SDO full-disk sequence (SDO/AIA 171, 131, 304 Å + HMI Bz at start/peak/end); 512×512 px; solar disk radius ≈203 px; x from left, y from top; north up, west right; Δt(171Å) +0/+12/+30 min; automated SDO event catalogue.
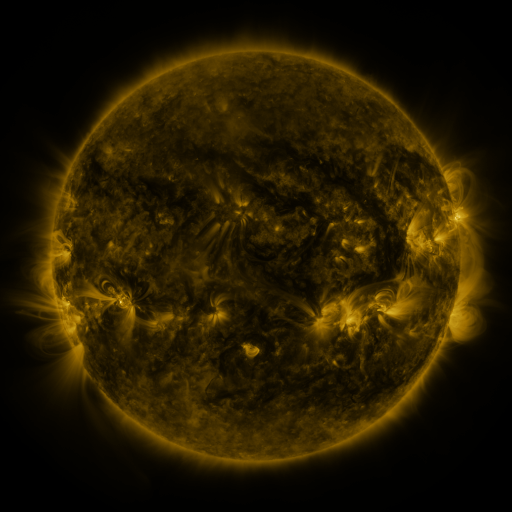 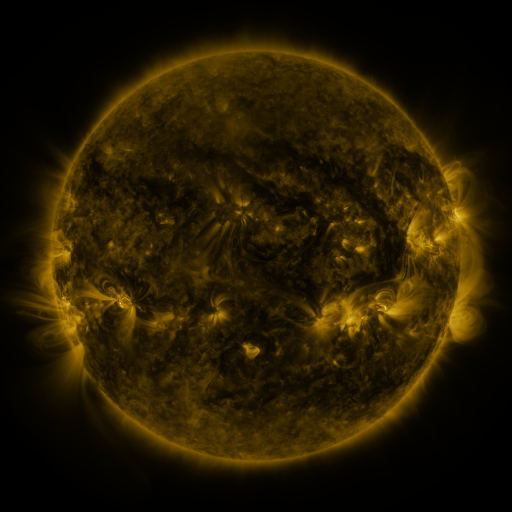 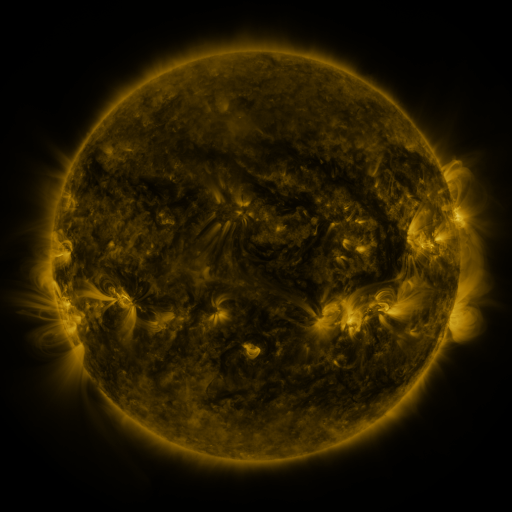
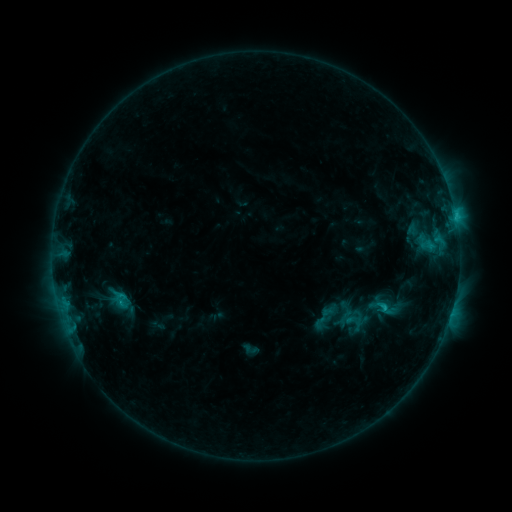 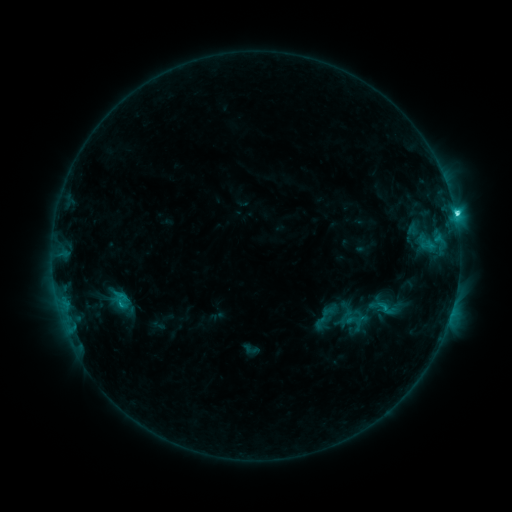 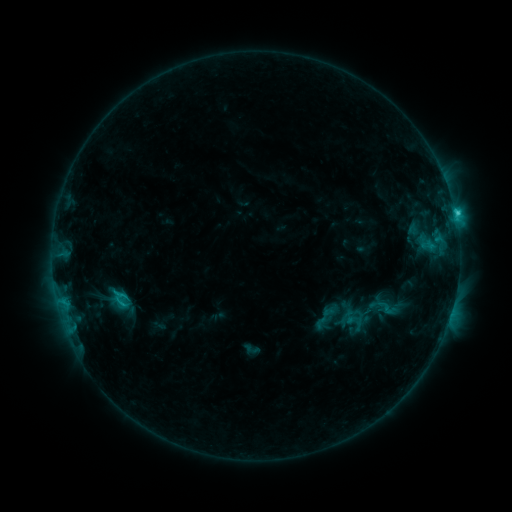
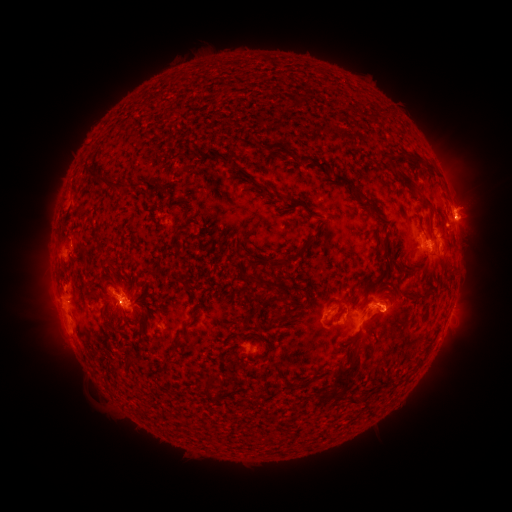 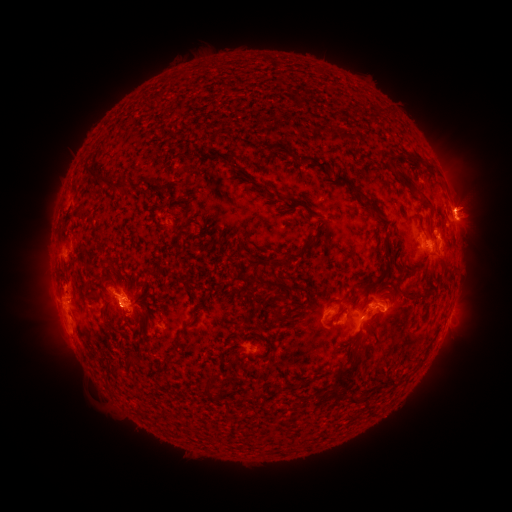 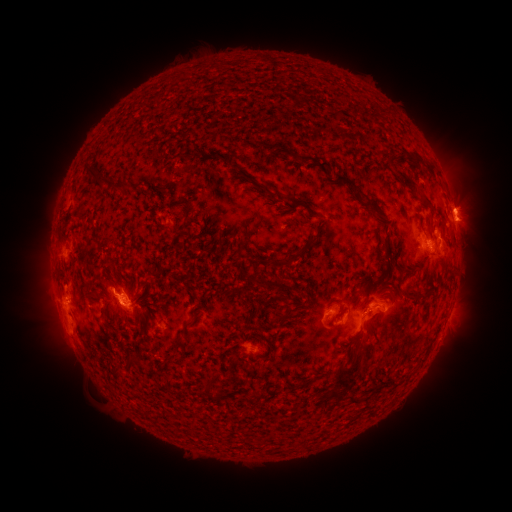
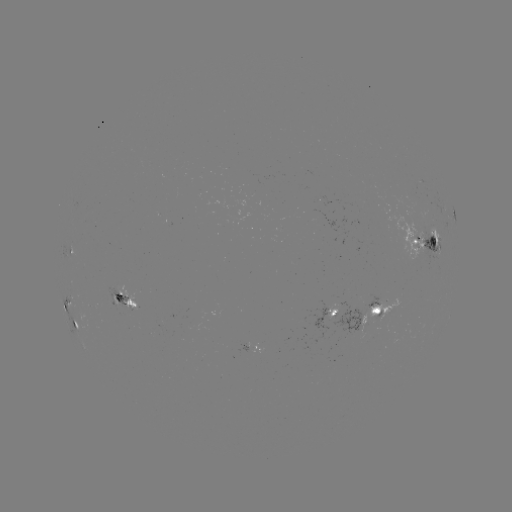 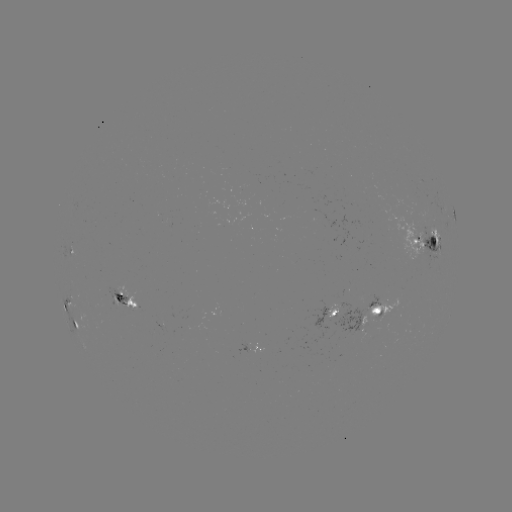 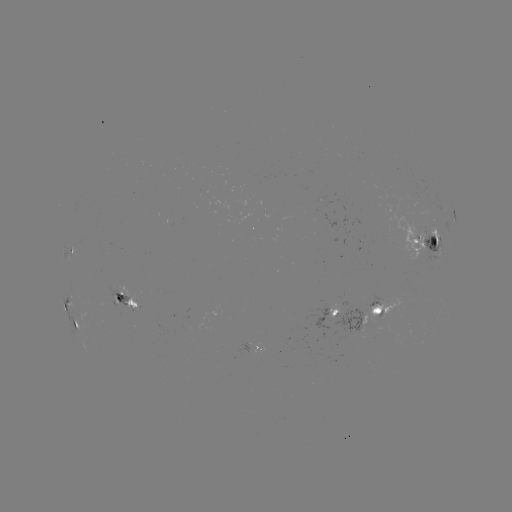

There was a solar flare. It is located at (455, 217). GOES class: C4.0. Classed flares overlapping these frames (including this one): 1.